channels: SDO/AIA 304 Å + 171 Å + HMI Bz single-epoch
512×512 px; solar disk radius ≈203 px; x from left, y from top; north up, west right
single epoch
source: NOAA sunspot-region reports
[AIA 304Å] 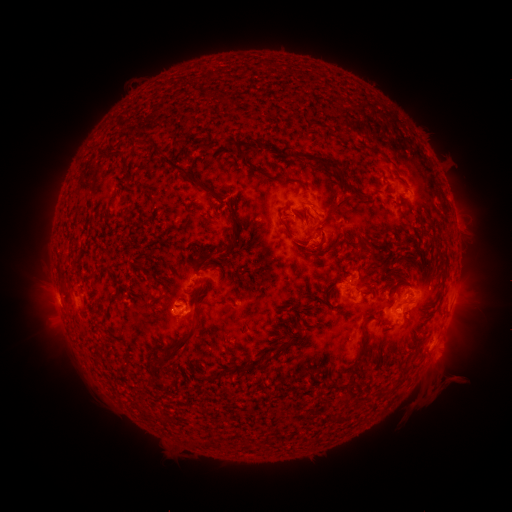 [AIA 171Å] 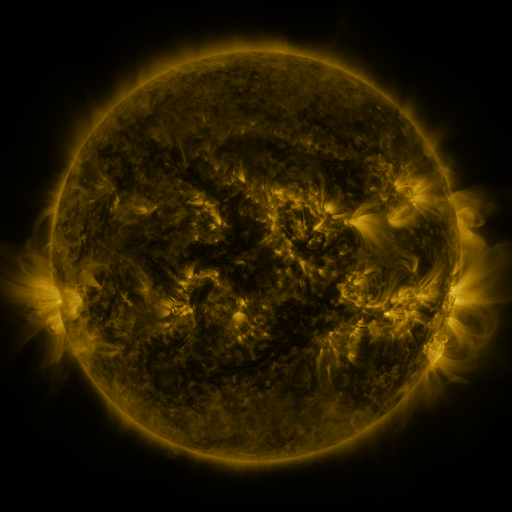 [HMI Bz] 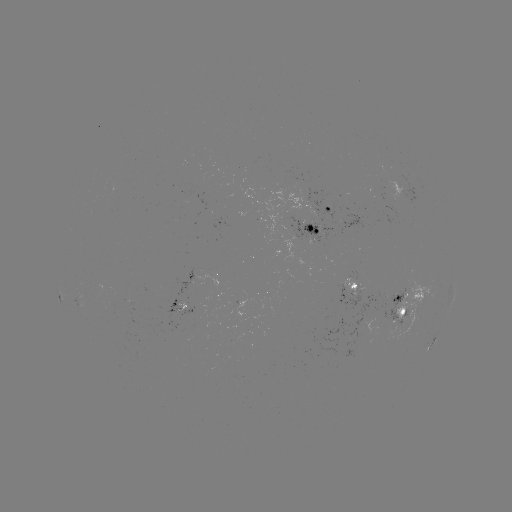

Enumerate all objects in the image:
spotted active region: (327, 209)
spotted active region: (308, 230)
spotted active region: (409, 249)
spotted active region: (200, 283)
spotted active region: (353, 287)
spotted active region: (408, 306)
spotted active region: (432, 340)
